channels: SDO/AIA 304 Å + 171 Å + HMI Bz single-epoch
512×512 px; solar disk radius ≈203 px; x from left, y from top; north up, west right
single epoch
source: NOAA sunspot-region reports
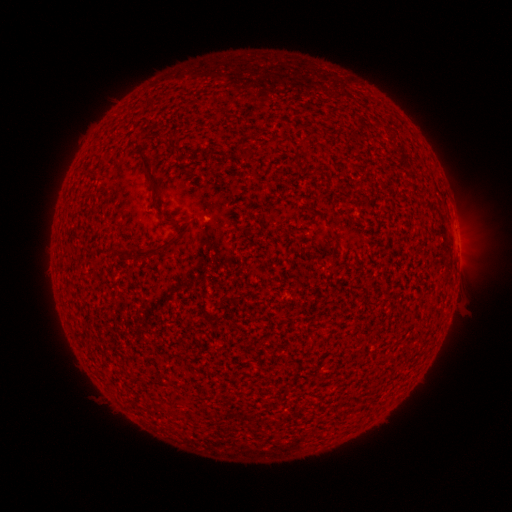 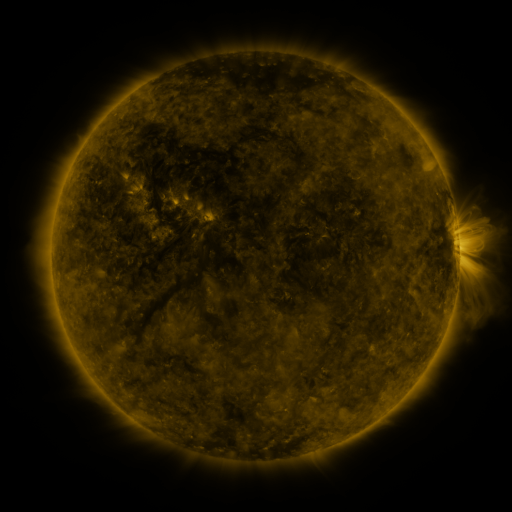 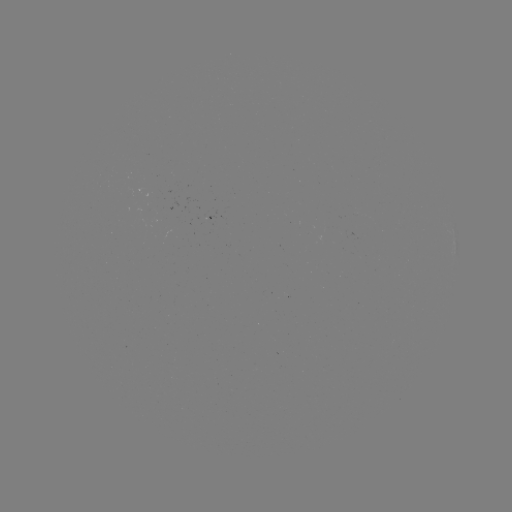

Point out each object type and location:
(none)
